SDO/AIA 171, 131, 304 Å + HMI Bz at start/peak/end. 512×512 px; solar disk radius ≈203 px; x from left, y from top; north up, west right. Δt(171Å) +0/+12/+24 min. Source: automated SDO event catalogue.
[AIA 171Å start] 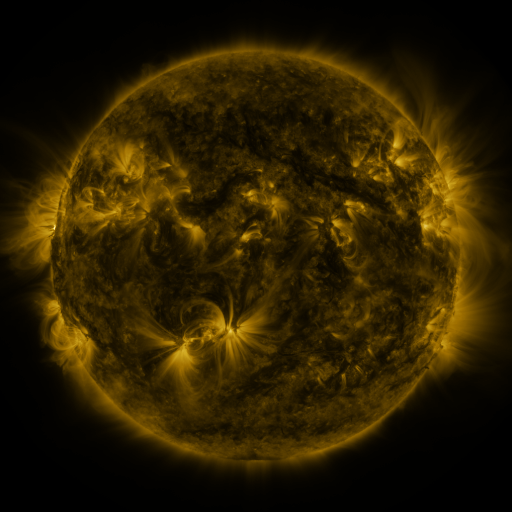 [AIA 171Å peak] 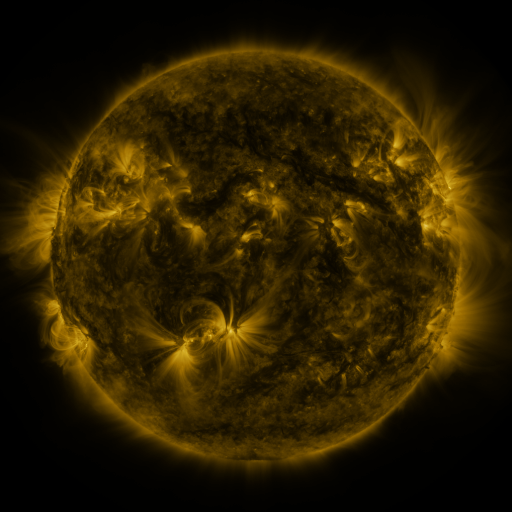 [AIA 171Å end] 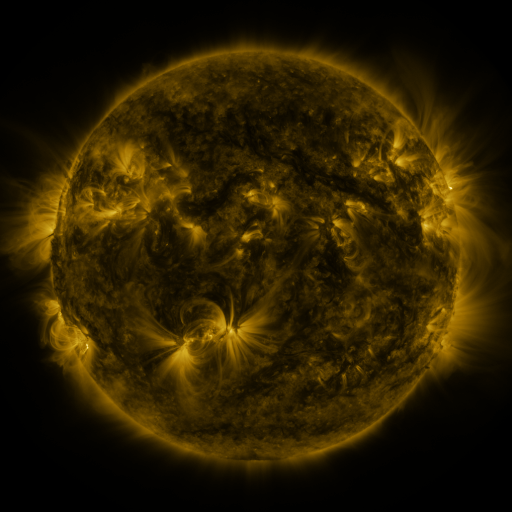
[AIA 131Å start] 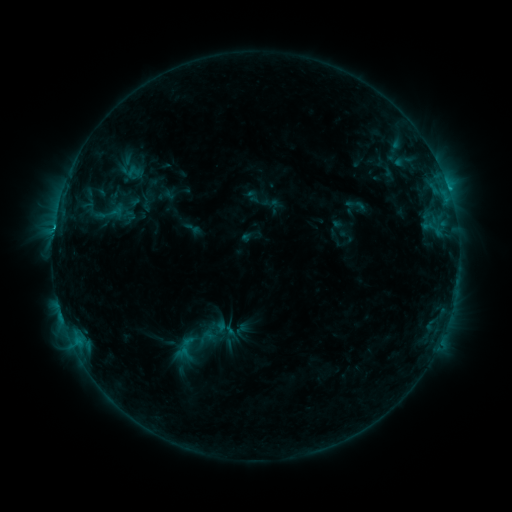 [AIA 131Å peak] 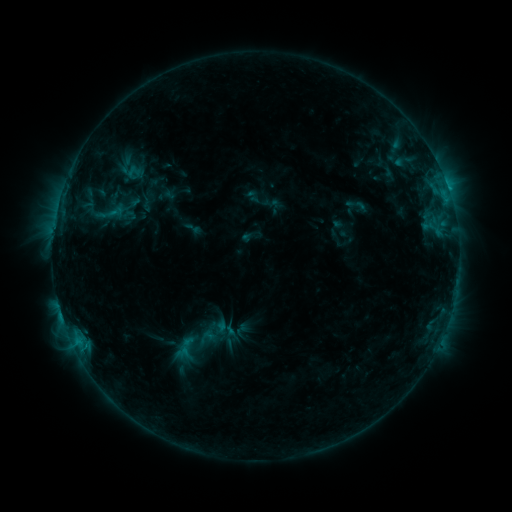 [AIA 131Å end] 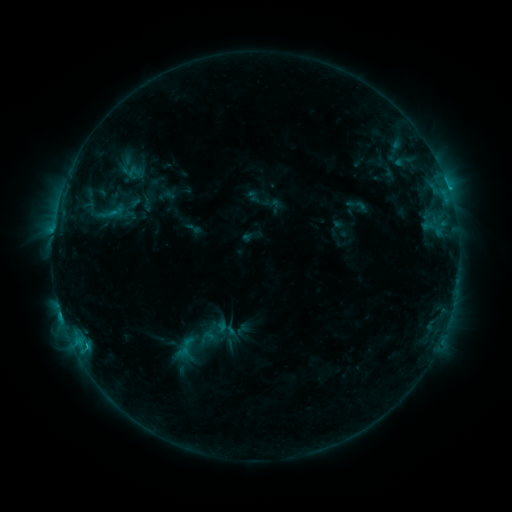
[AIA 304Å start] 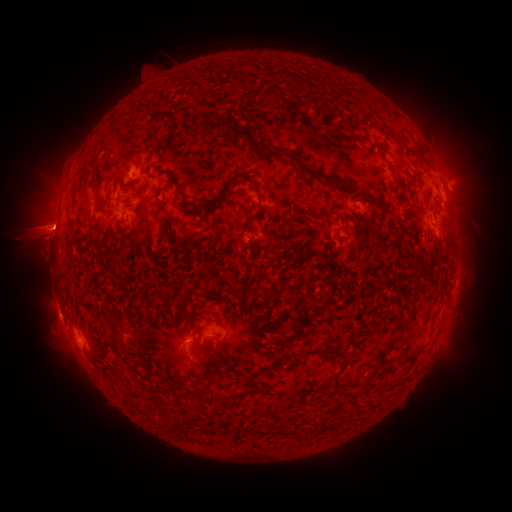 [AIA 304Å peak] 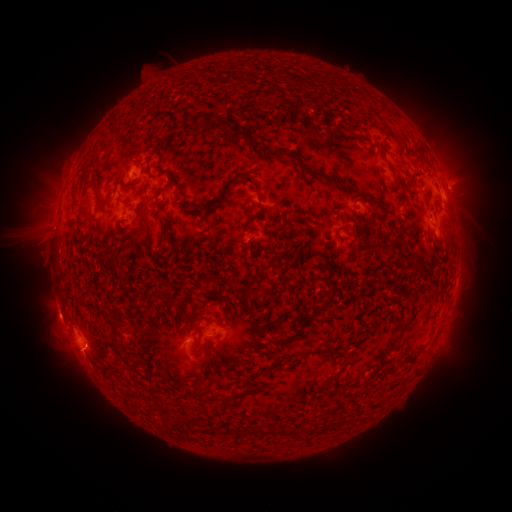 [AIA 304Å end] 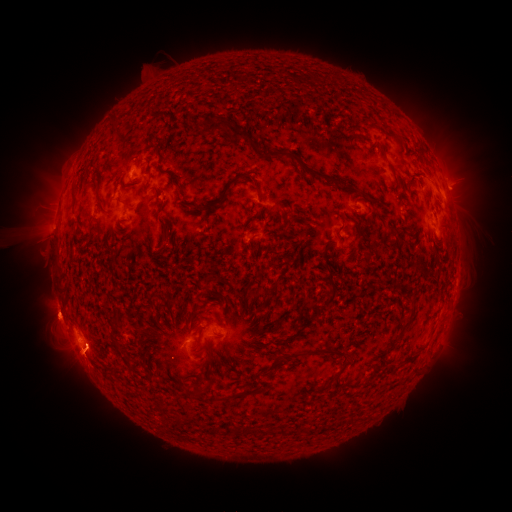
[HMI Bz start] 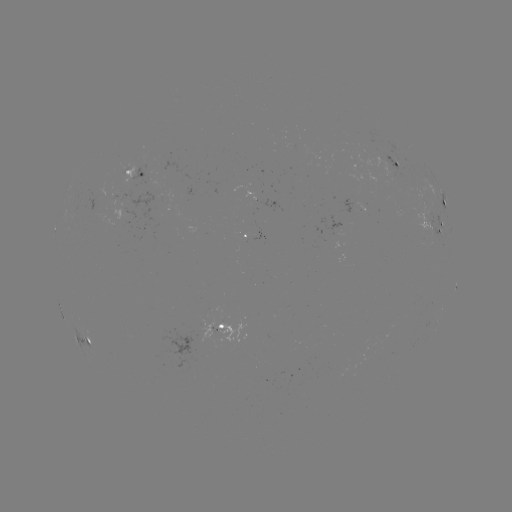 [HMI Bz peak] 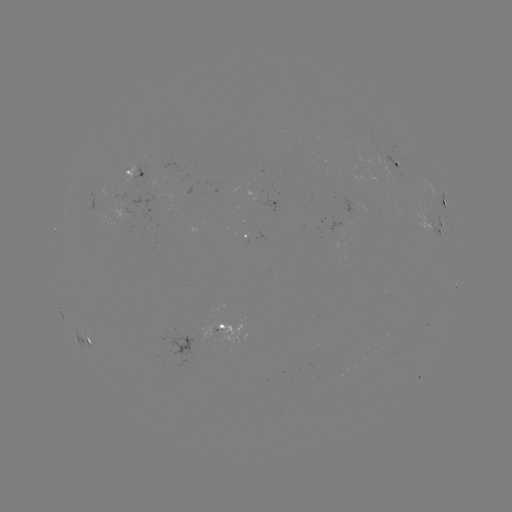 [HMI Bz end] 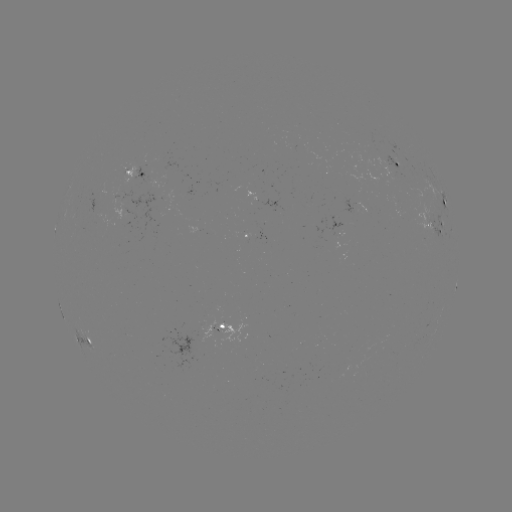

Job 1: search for eruption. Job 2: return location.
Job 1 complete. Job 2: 238,206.